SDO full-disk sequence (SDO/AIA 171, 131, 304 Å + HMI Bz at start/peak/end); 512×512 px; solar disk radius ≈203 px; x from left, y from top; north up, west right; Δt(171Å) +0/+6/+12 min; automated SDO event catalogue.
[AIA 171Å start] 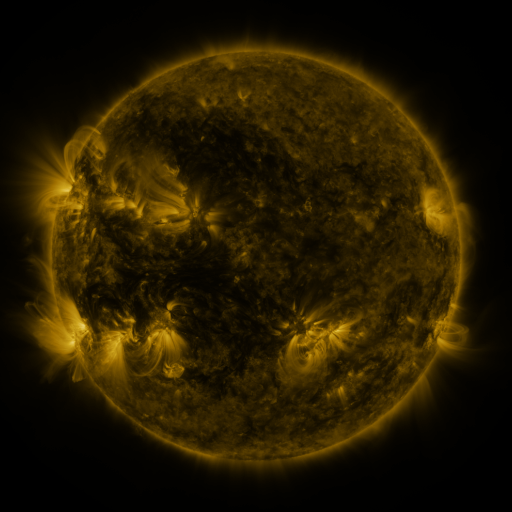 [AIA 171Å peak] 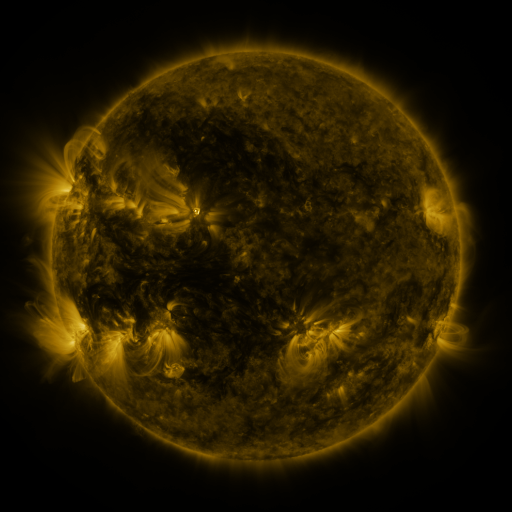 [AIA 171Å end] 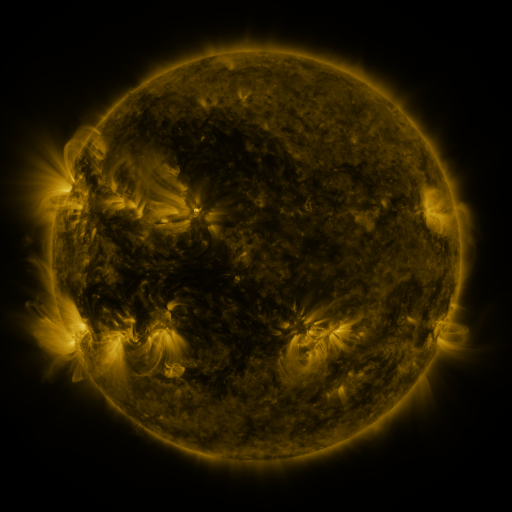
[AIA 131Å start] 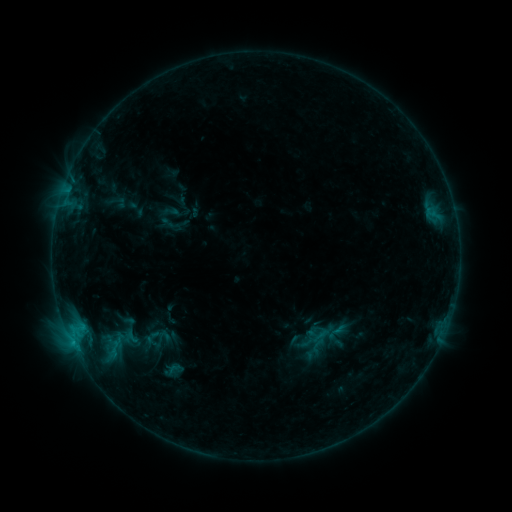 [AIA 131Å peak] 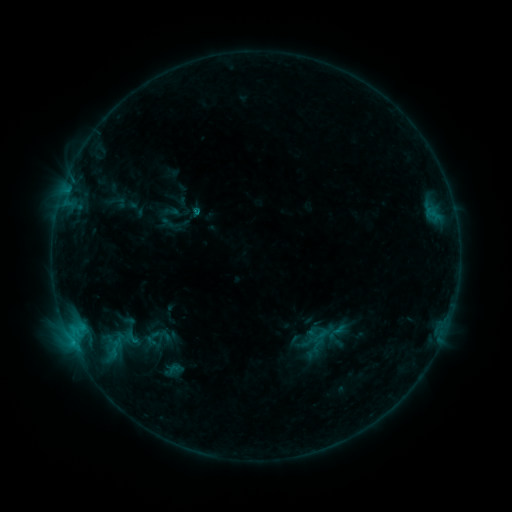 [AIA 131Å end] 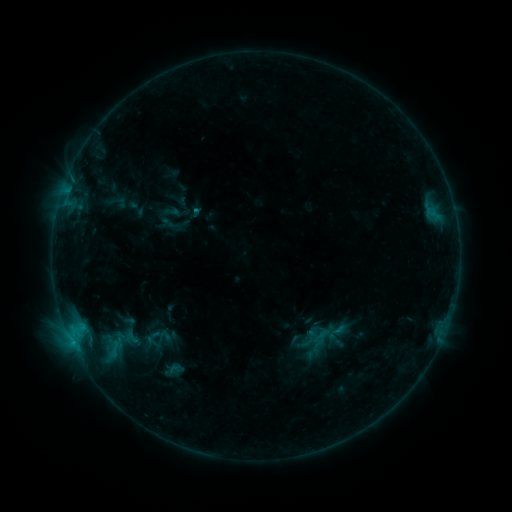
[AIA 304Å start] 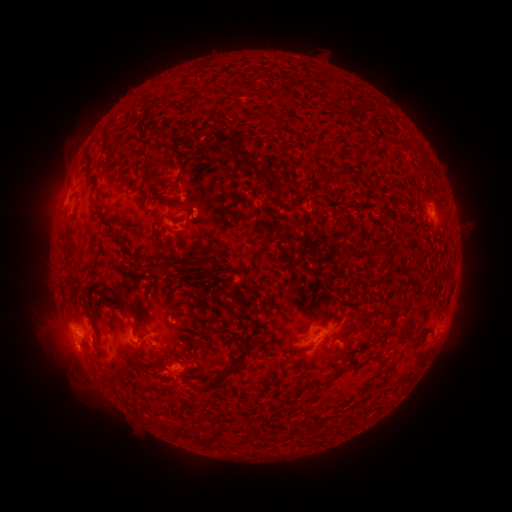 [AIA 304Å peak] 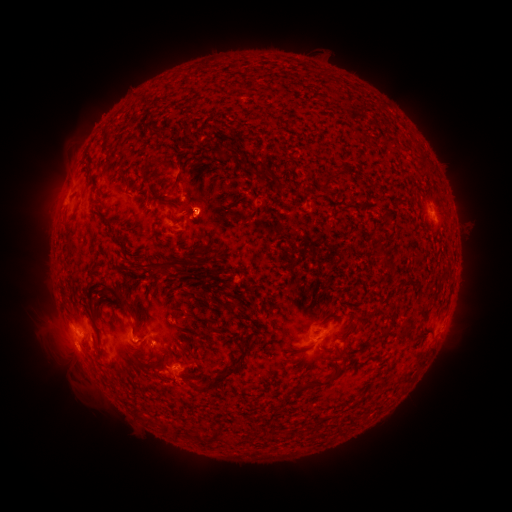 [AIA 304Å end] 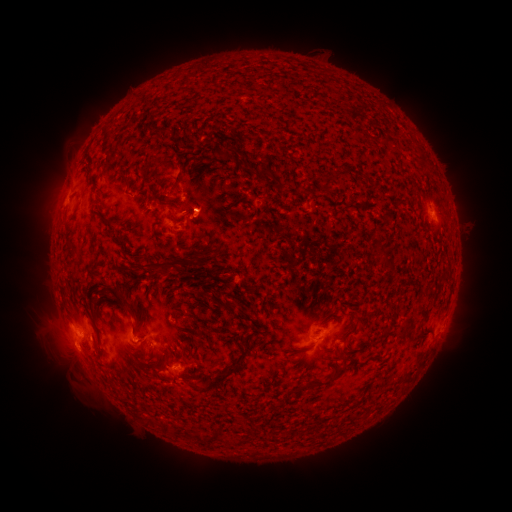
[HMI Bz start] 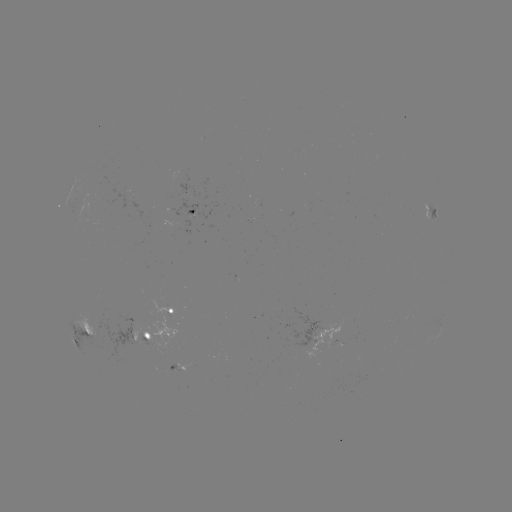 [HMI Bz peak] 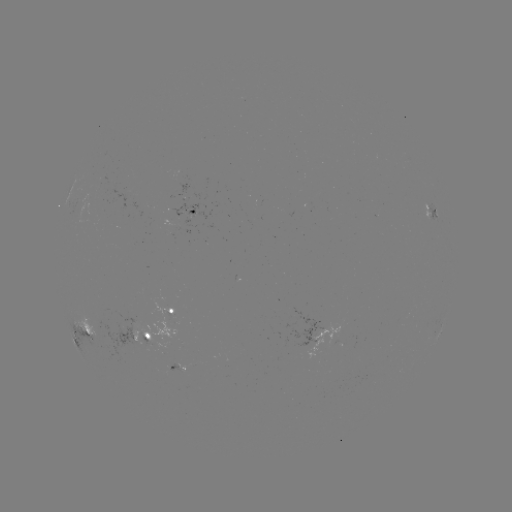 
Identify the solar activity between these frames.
B7.7 flare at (198, 214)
